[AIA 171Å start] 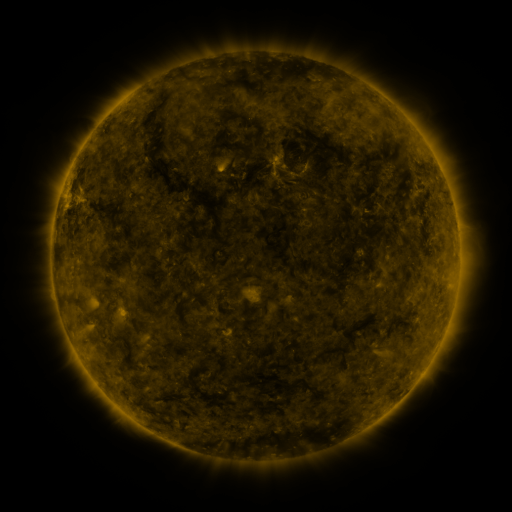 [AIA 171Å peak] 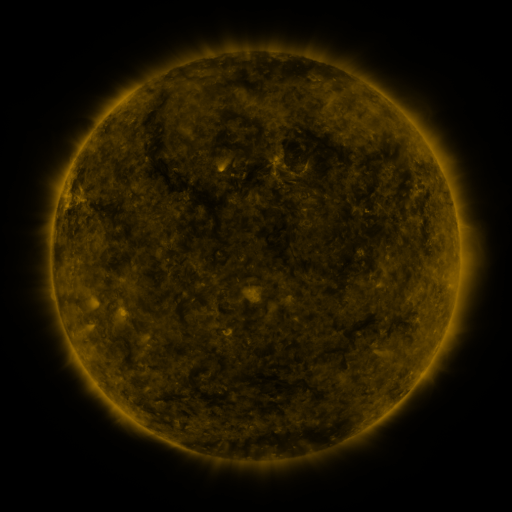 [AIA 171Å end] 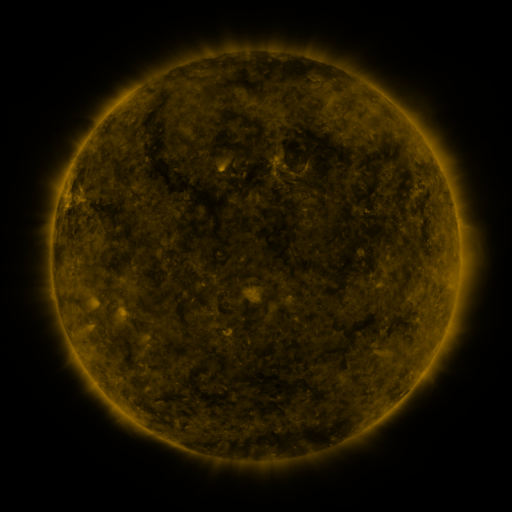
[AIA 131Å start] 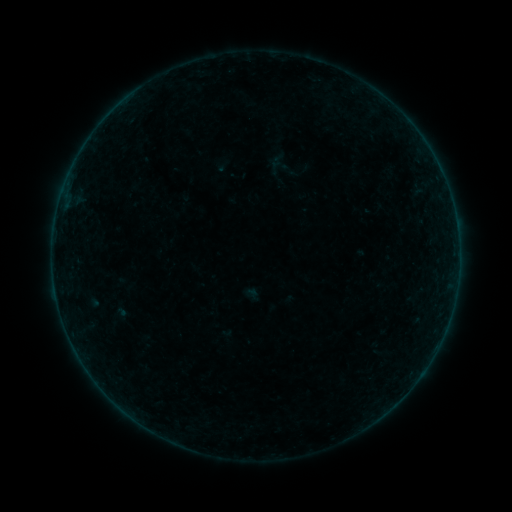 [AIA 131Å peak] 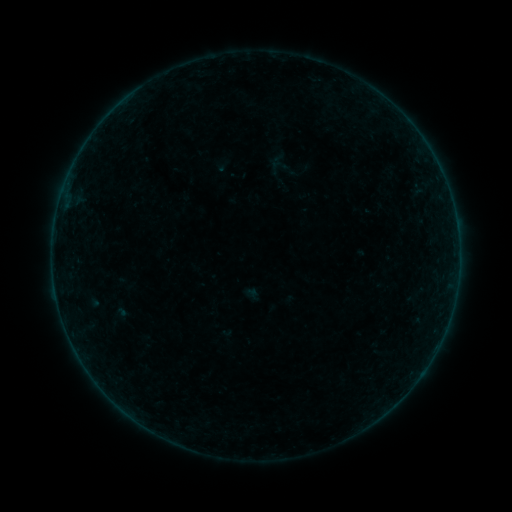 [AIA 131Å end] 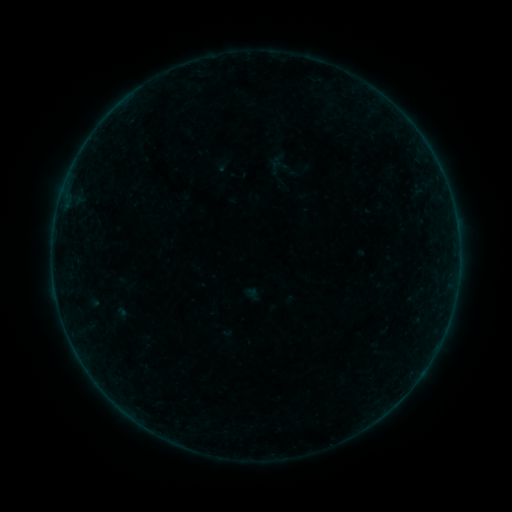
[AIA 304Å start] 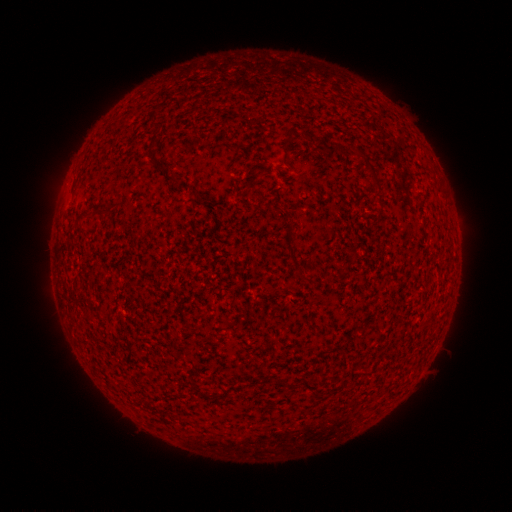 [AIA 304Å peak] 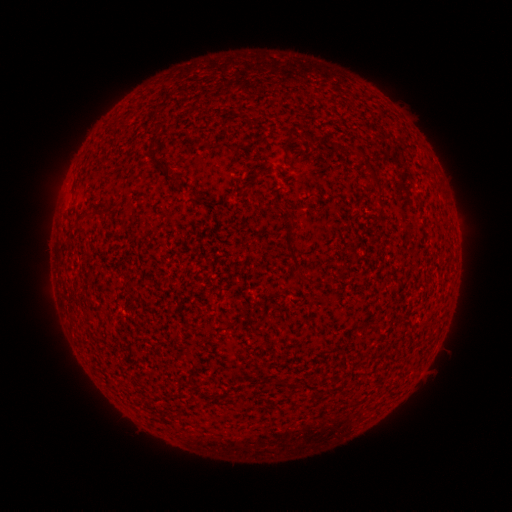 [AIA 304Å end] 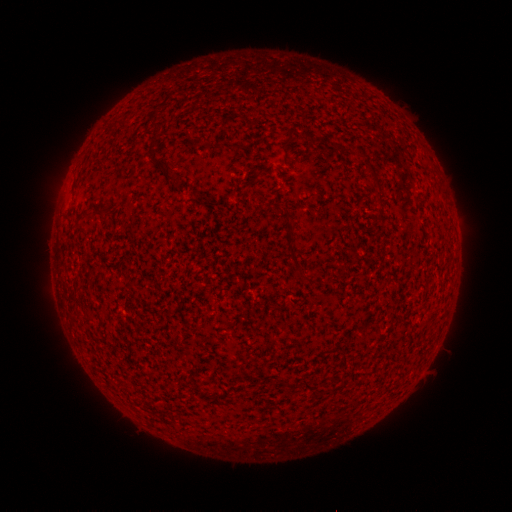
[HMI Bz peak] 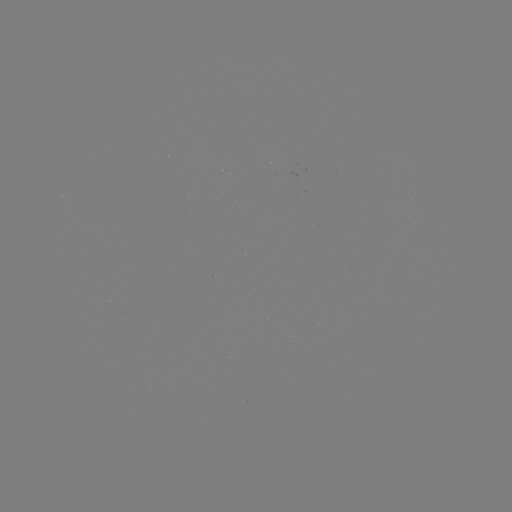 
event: flare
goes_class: B2.8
